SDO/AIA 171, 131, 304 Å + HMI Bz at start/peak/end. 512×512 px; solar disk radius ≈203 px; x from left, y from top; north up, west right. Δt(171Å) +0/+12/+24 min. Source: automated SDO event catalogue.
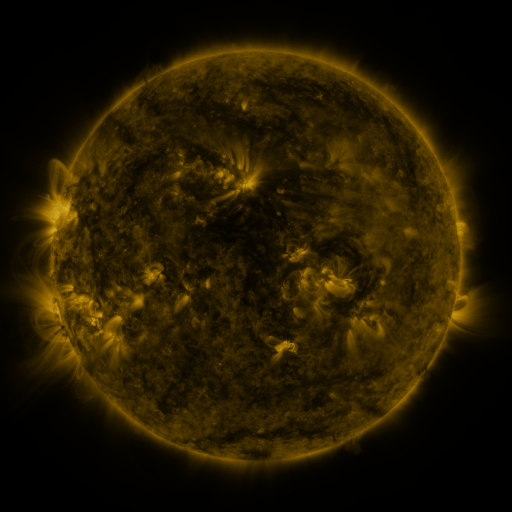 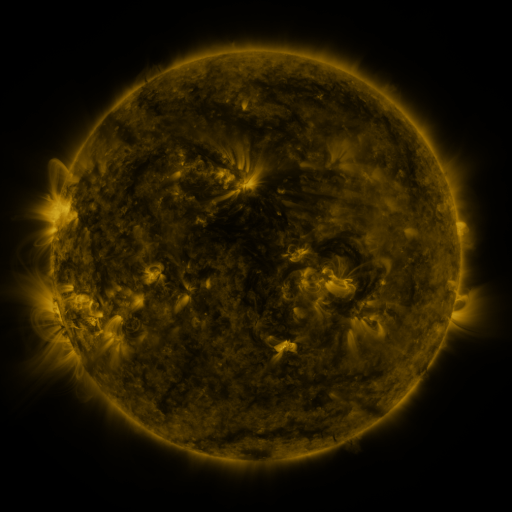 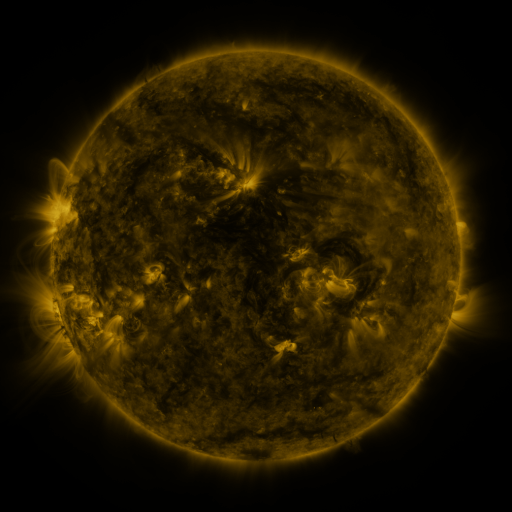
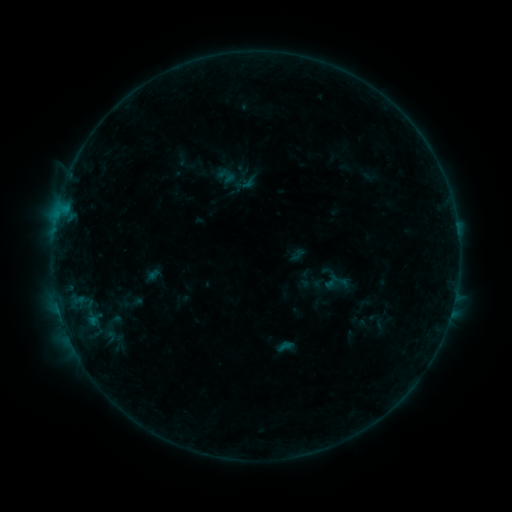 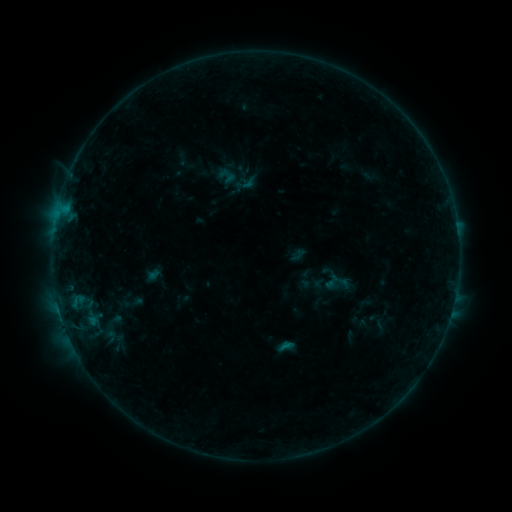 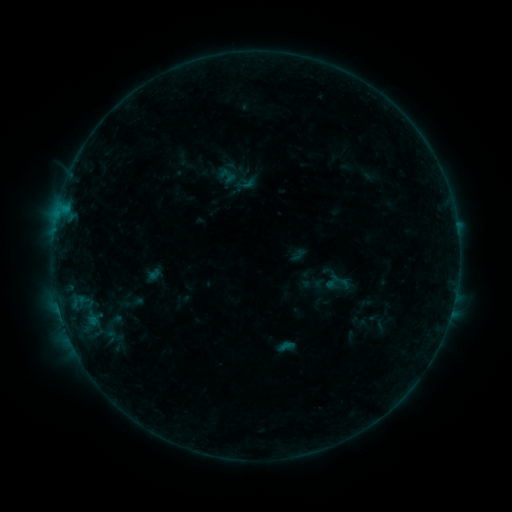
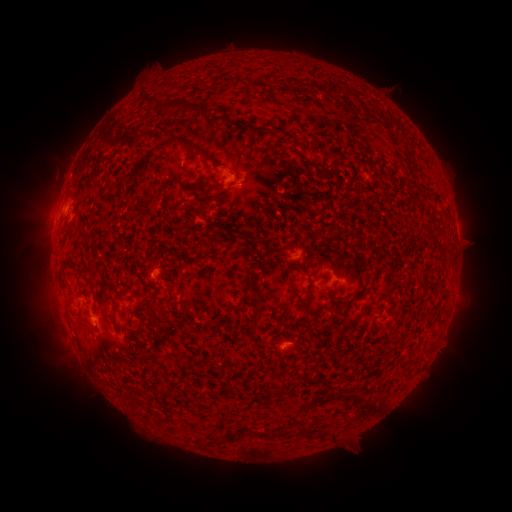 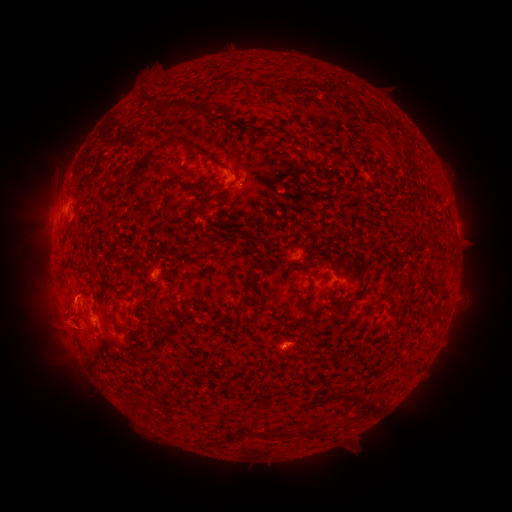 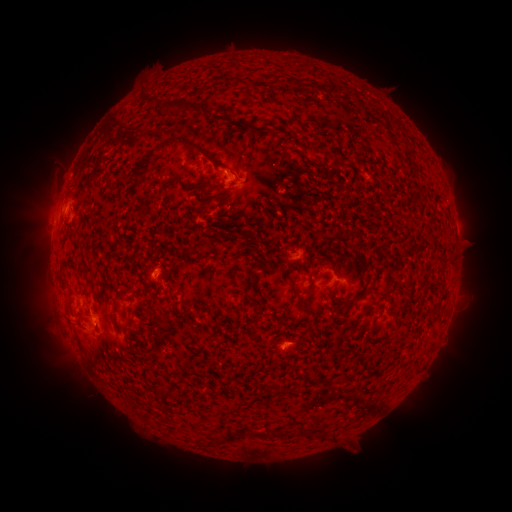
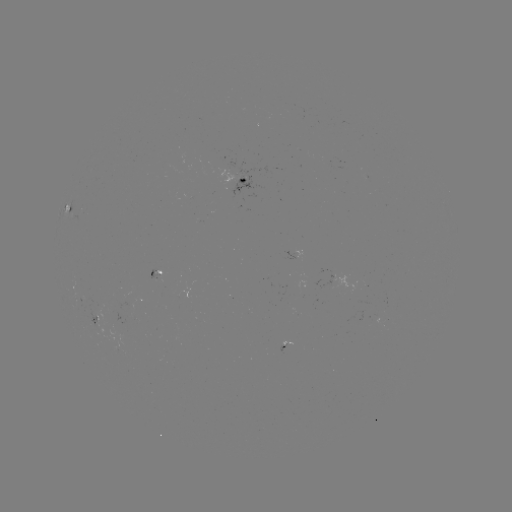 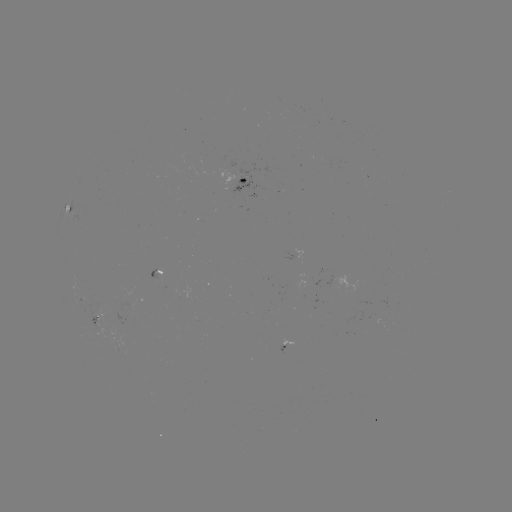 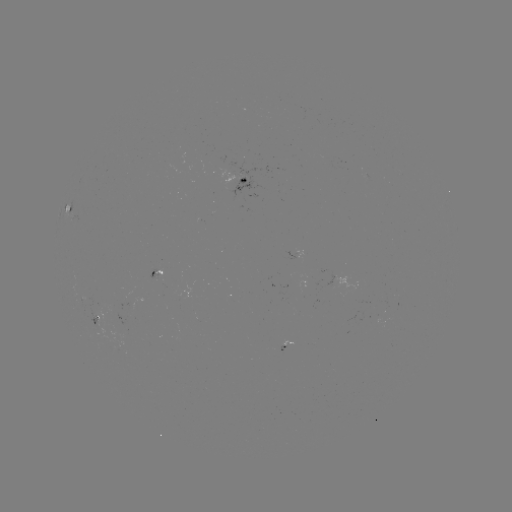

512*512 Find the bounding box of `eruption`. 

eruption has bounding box [20, 275, 97, 357].